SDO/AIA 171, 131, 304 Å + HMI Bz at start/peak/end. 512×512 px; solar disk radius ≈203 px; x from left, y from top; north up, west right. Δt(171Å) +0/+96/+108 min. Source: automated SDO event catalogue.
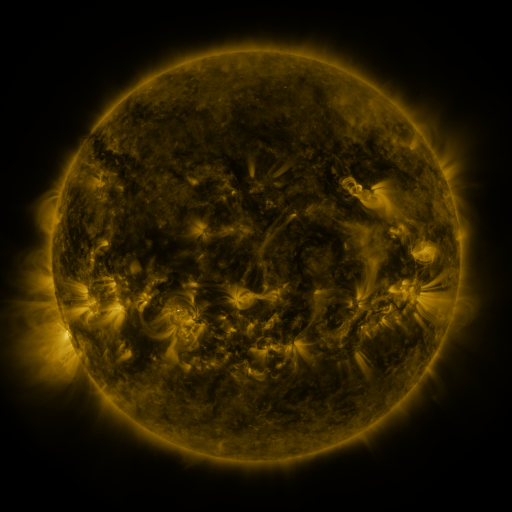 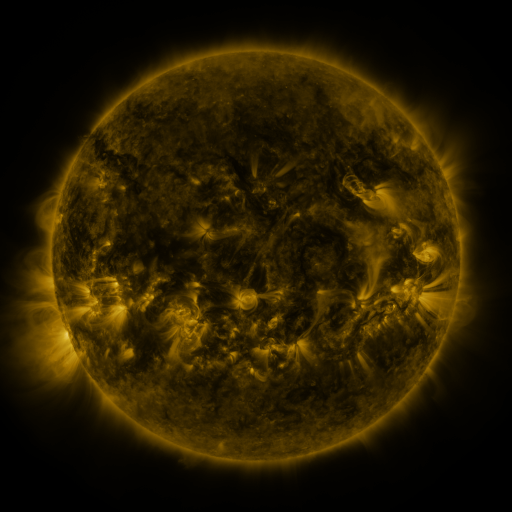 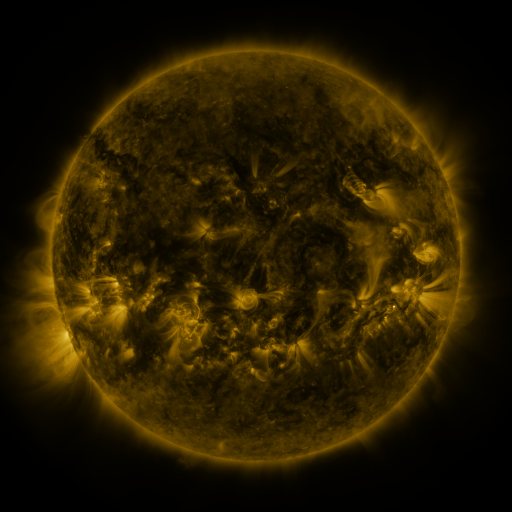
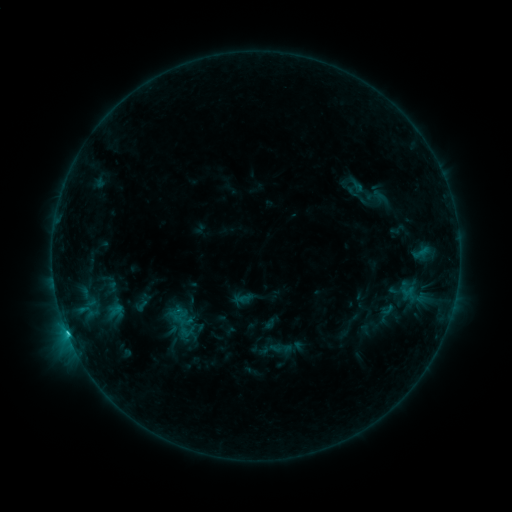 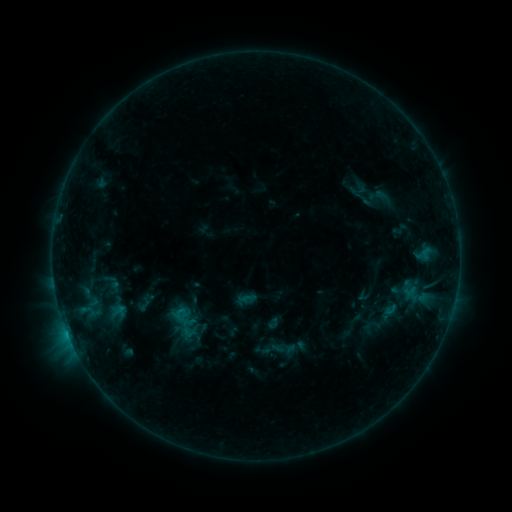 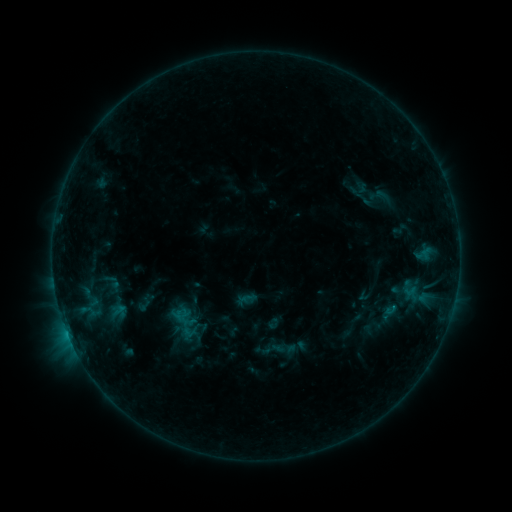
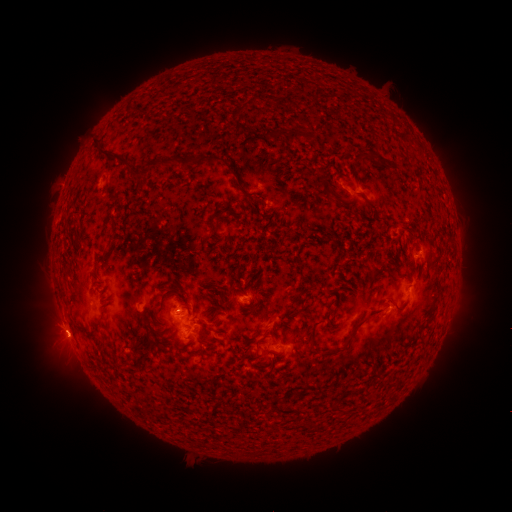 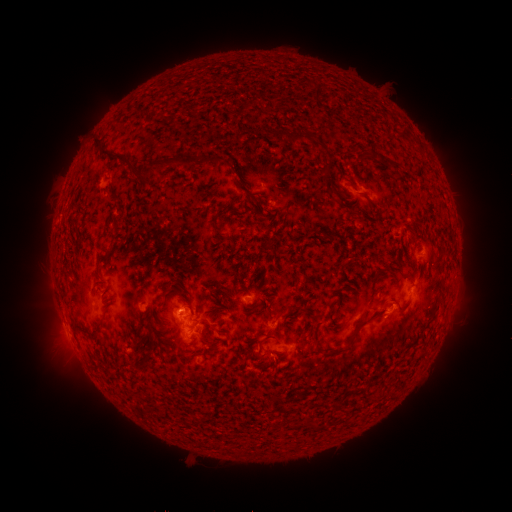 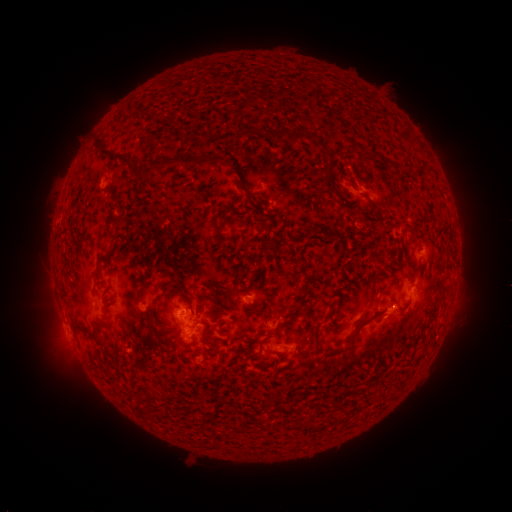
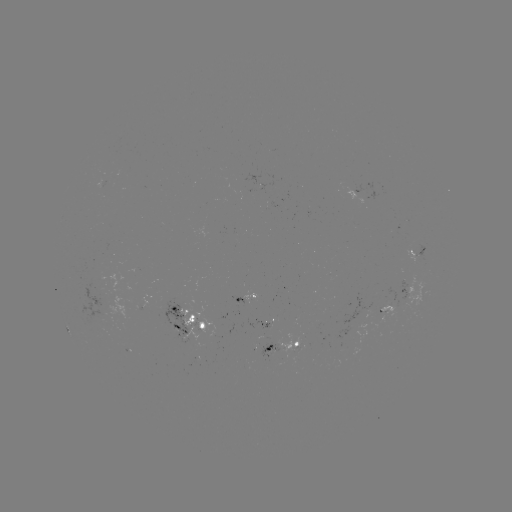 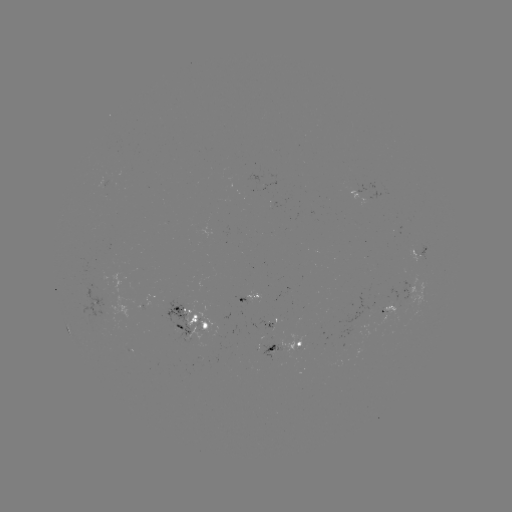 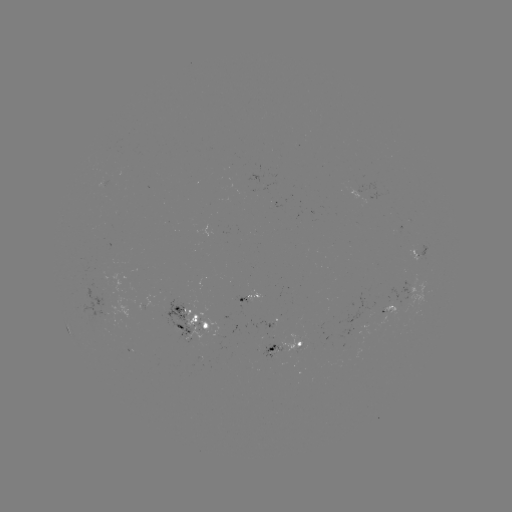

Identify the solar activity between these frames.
emerging-flux region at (375, 319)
